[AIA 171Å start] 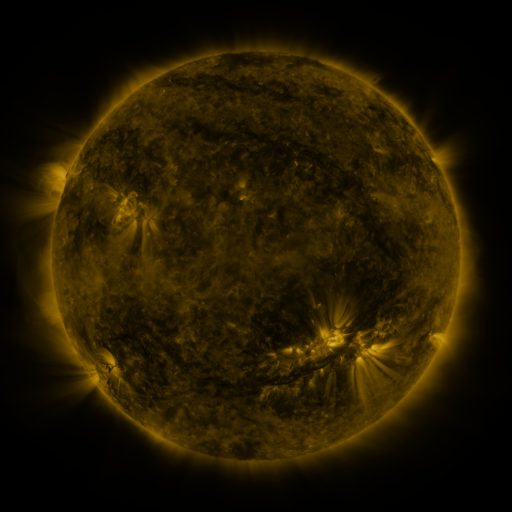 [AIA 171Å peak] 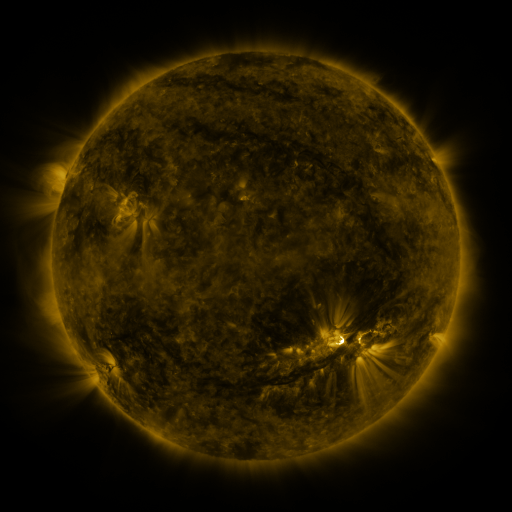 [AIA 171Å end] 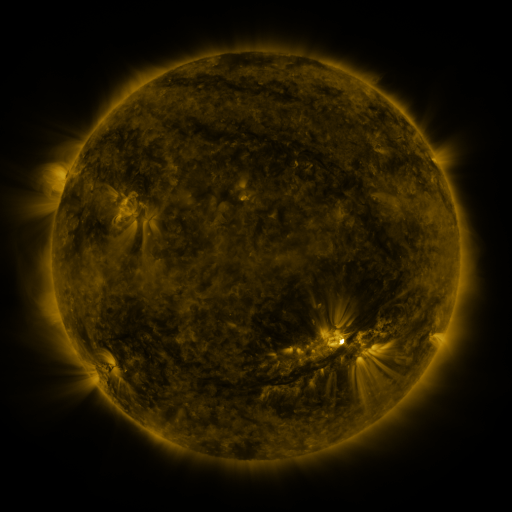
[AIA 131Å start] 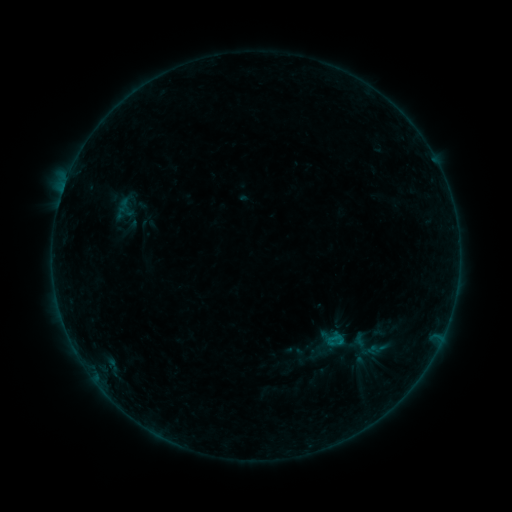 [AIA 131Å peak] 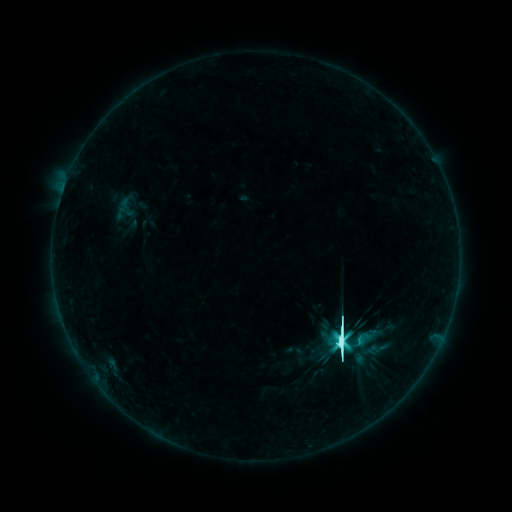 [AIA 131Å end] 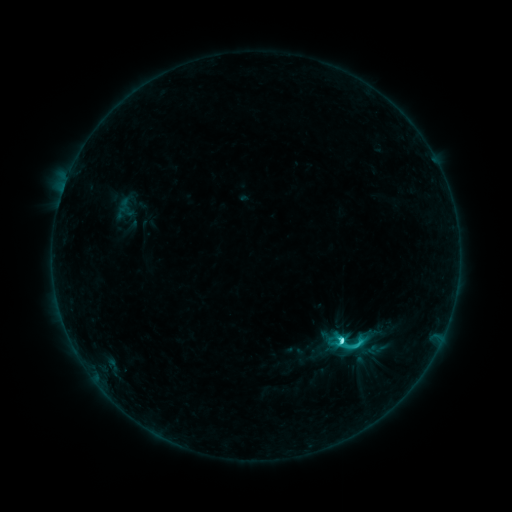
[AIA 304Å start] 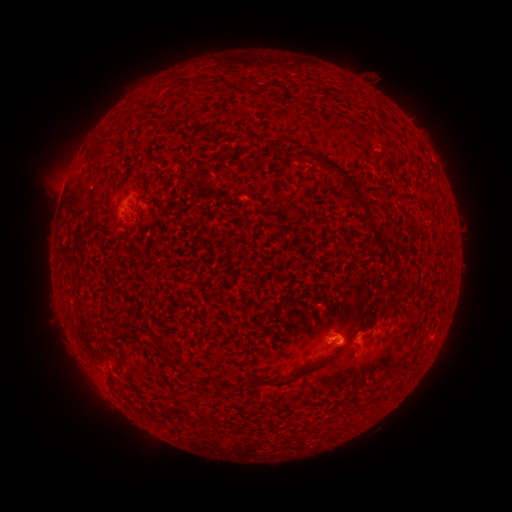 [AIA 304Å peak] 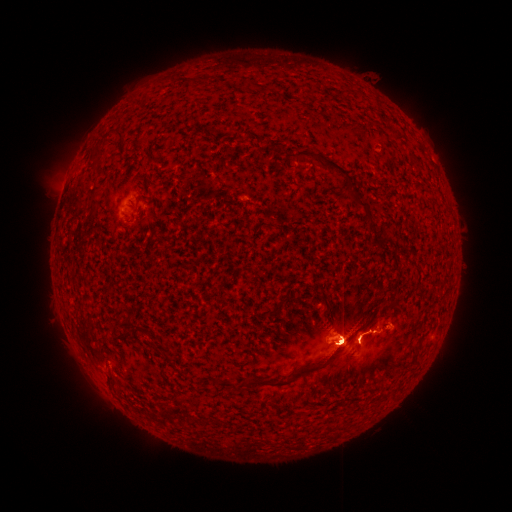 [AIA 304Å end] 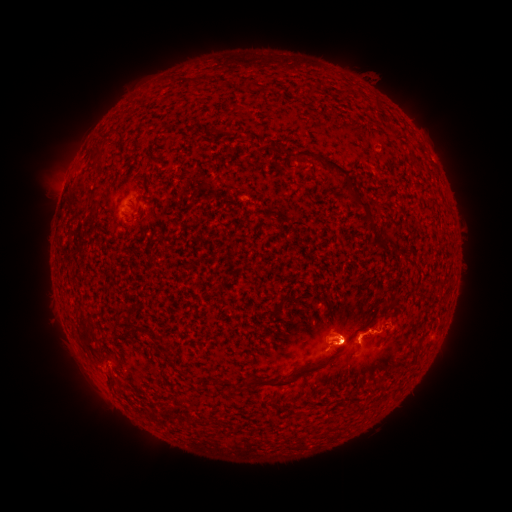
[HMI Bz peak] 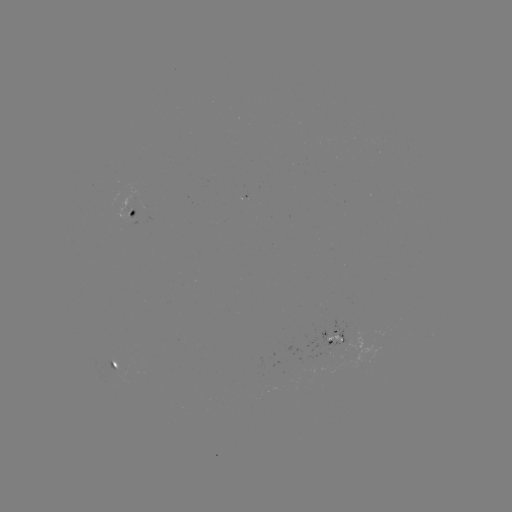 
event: flare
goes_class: M2.9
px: (340, 342)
